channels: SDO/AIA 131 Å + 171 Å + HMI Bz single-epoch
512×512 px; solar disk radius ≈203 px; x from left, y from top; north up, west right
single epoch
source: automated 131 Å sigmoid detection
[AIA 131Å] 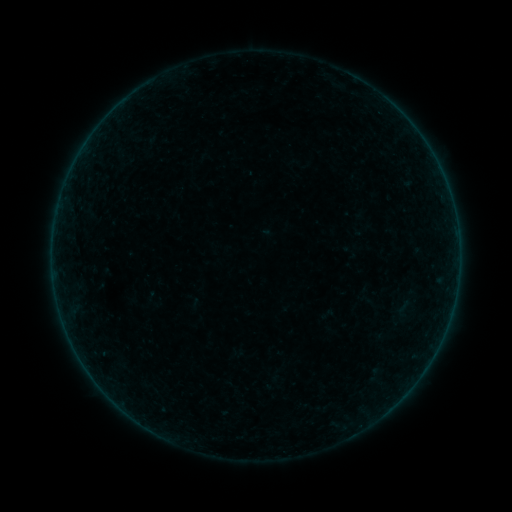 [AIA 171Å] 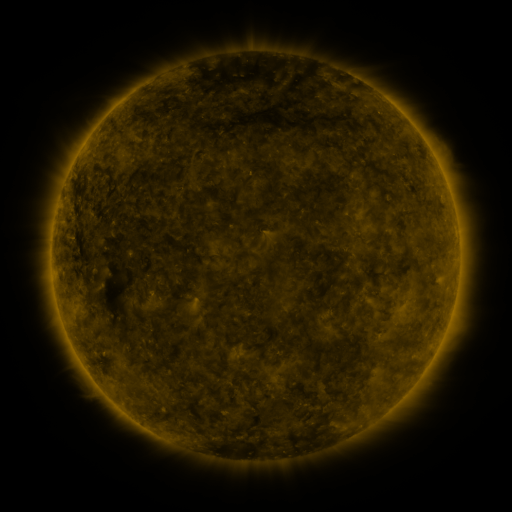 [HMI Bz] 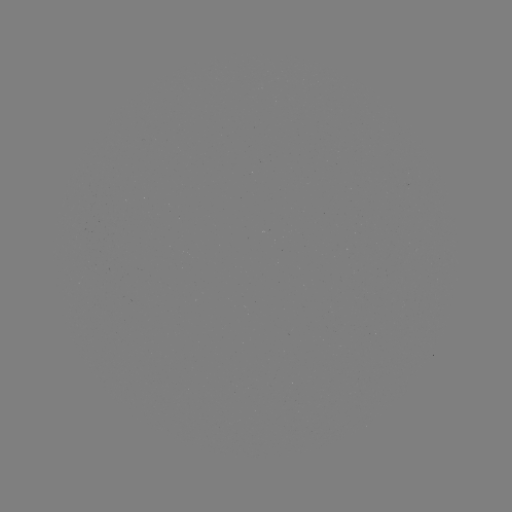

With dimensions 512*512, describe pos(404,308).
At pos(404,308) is sigmoid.